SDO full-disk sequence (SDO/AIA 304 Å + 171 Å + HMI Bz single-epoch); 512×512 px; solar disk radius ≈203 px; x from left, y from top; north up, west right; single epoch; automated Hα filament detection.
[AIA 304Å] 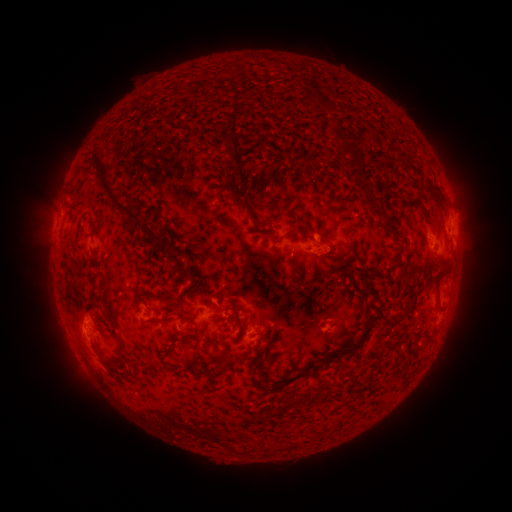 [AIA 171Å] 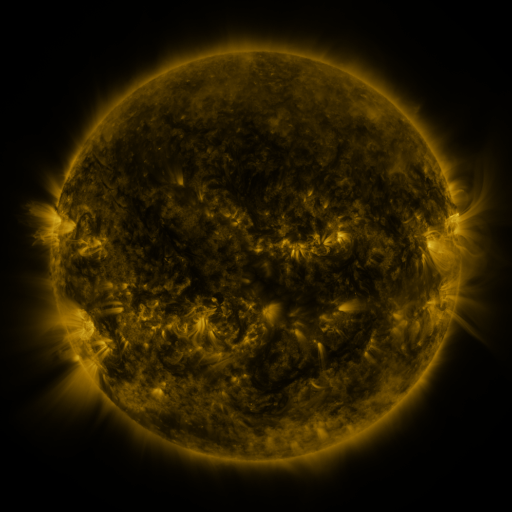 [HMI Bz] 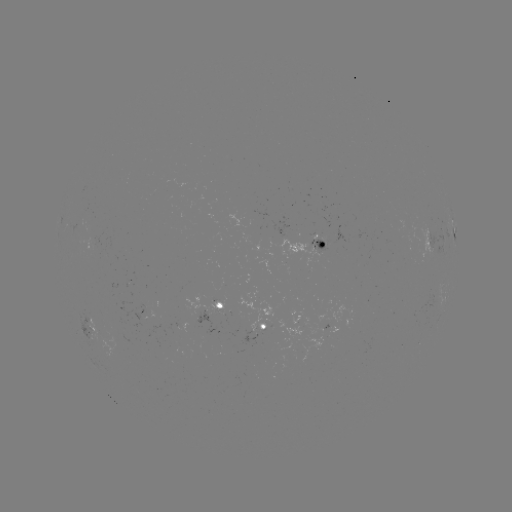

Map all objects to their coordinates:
filament: (183, 129)
filament: (341, 138)
filament: (355, 162)
filament: (348, 164)
filament: (238, 167)
filament: (79, 172)
filament: (438, 190)
filament: (374, 202)
filament: (116, 204)
filament: (251, 215)
filament: (94, 225)
filament: (385, 225)
filament: (289, 232)
filament: (168, 248)
filament: (332, 255)
filament: (402, 269)
filament: (181, 275)
filament: (369, 287)
filament: (161, 298)
filament: (443, 307)
filament: (236, 311)
filament: (115, 324)
filament: (274, 328)
filament: (262, 333)
filament: (185, 335)
filament: (364, 337)
filament: (121, 349)
filament: (230, 358)
filament: (257, 365)
filament: (316, 368)
filament: (173, 370)
filament: (276, 385)
filament: (320, 396)
filament: (297, 400)
